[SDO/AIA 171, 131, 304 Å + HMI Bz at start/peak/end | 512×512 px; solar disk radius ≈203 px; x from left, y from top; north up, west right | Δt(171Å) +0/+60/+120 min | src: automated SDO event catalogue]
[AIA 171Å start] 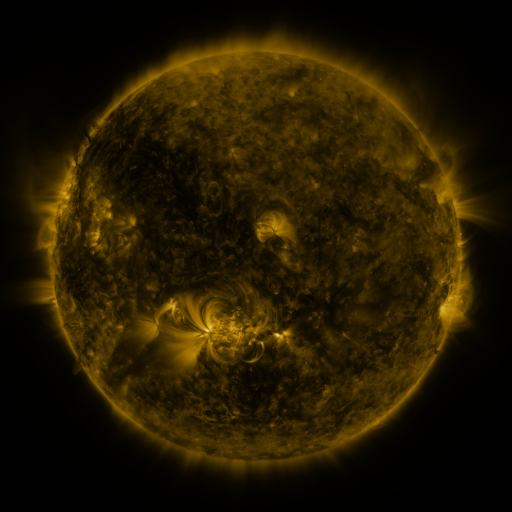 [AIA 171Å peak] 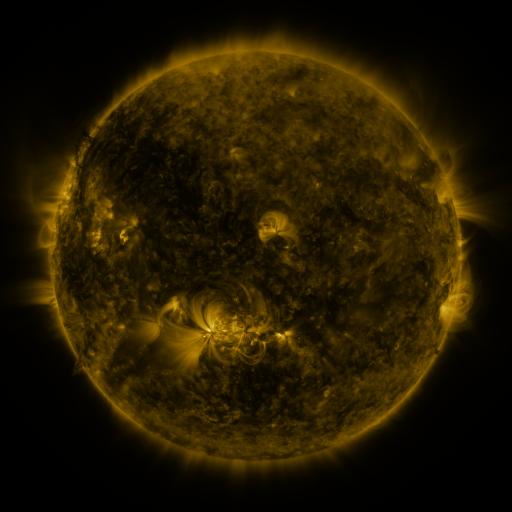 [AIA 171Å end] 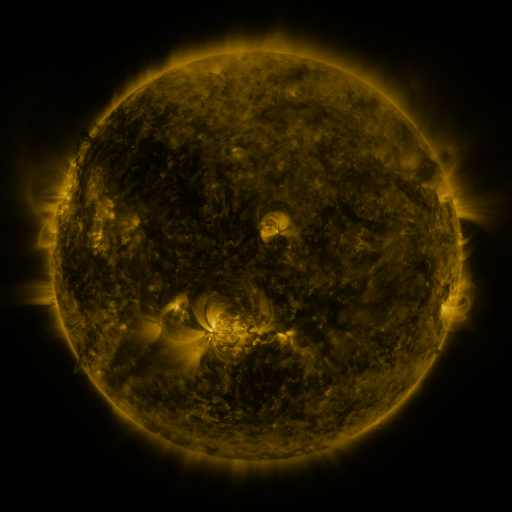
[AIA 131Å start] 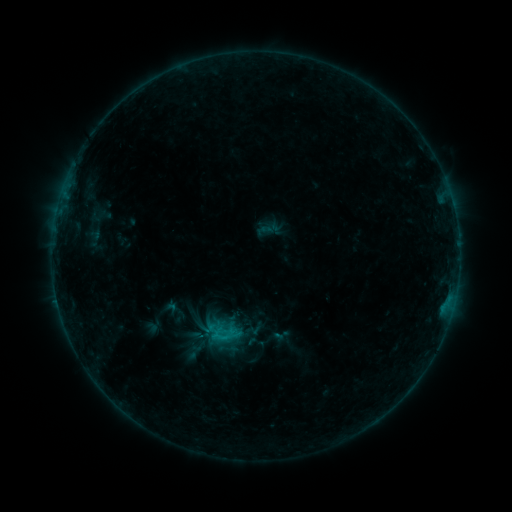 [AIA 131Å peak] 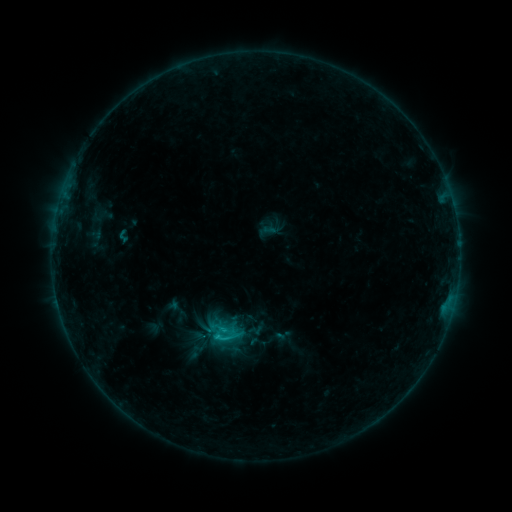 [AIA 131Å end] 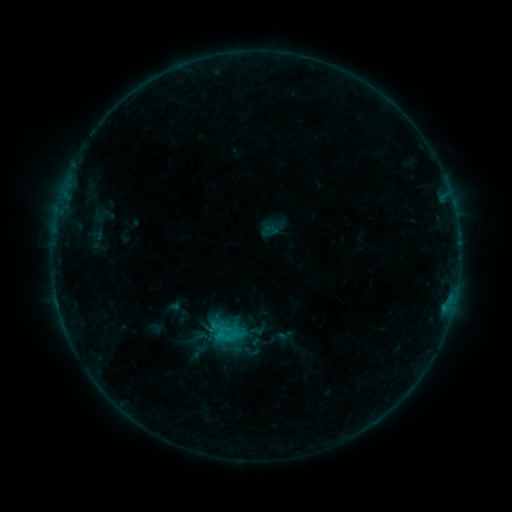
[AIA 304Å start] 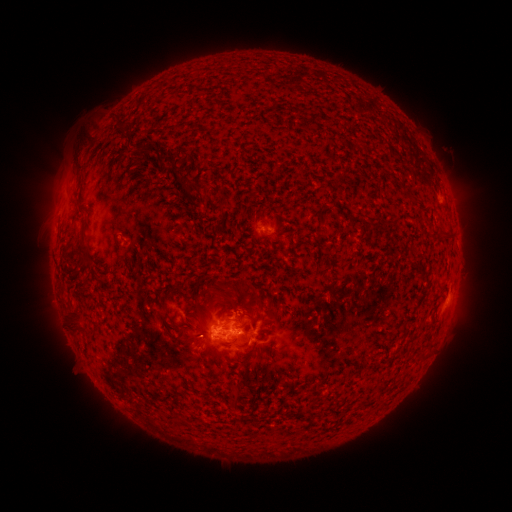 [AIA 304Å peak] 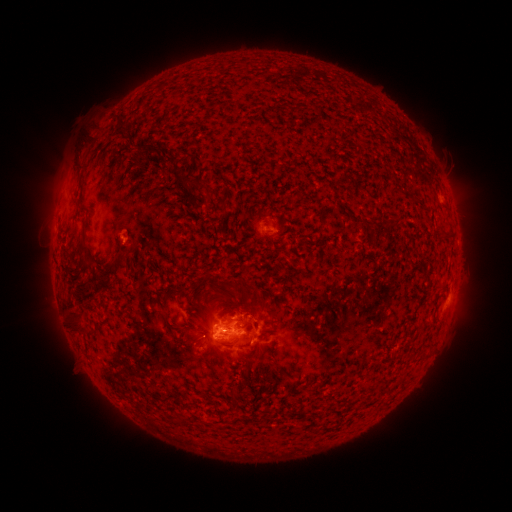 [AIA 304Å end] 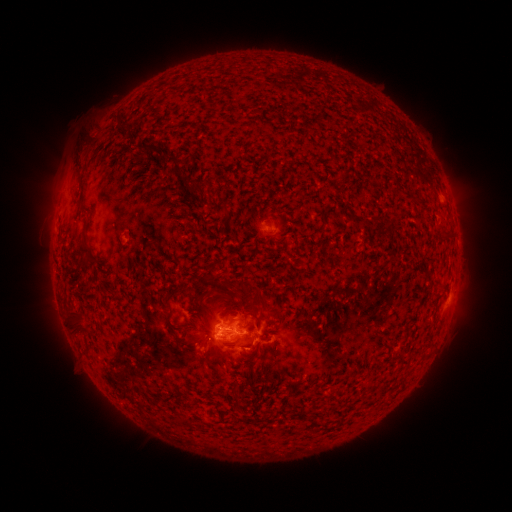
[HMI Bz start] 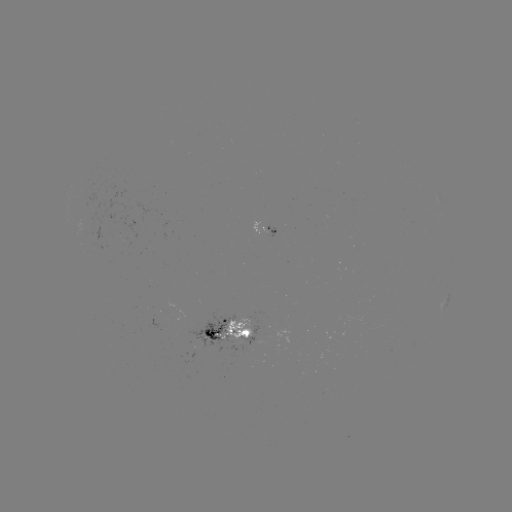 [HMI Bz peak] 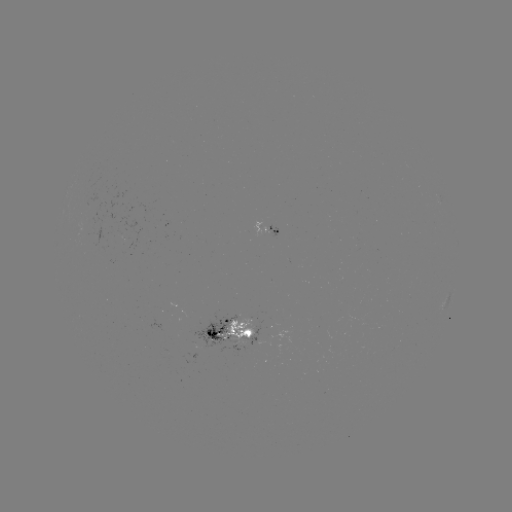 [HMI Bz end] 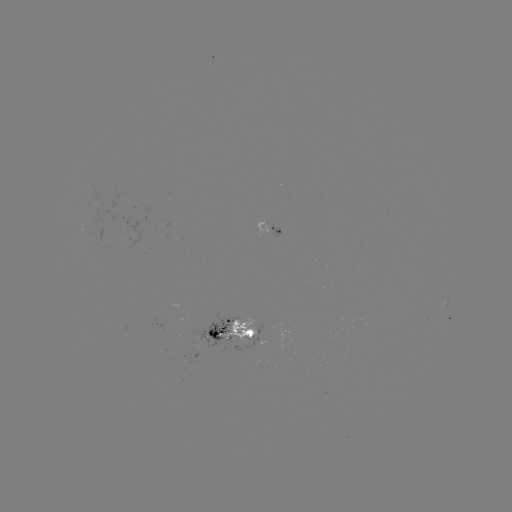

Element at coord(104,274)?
filament eruption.